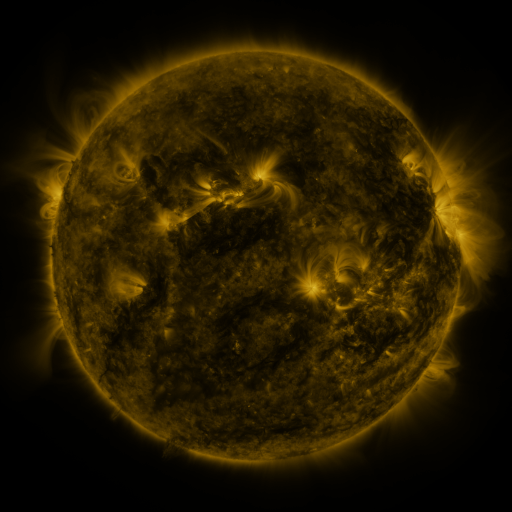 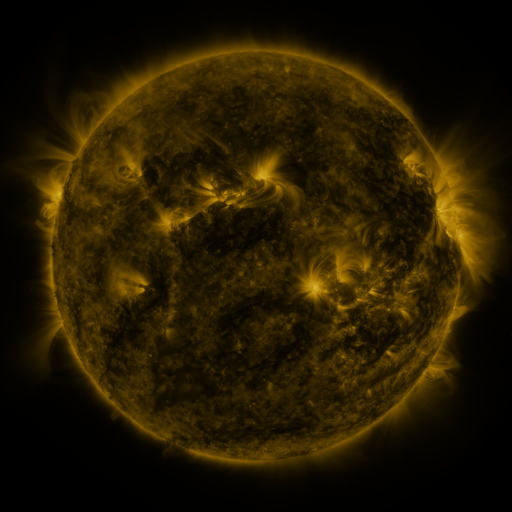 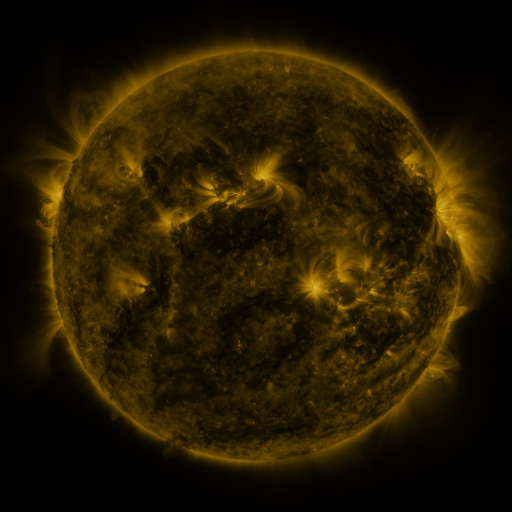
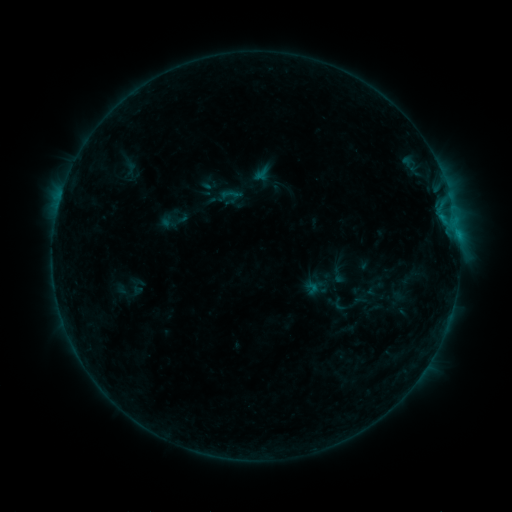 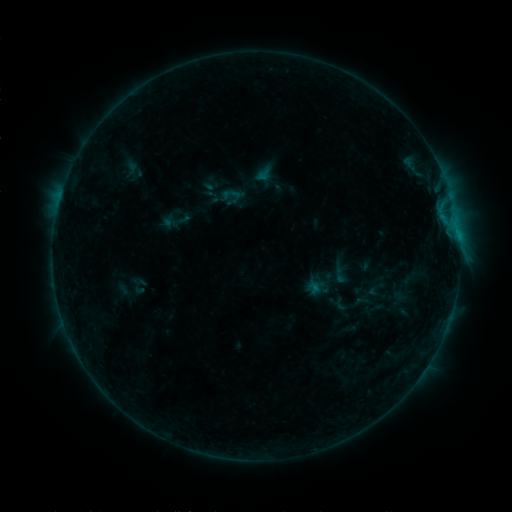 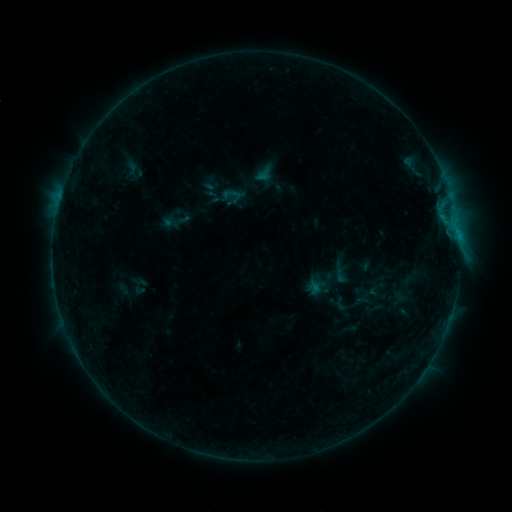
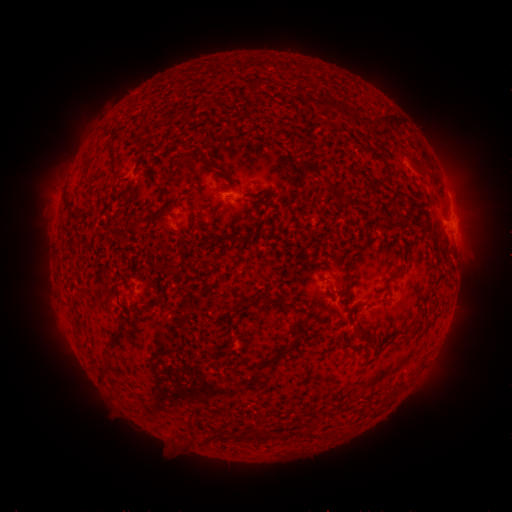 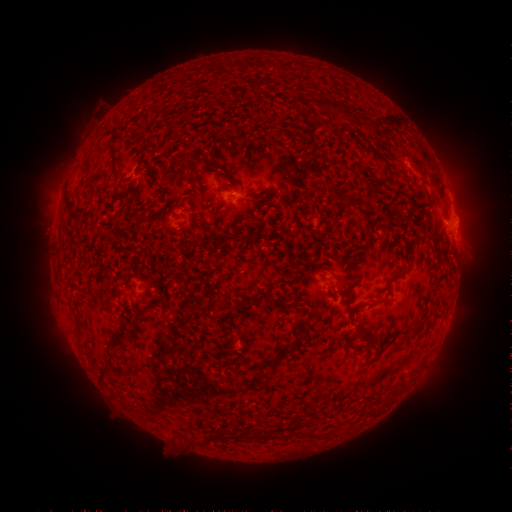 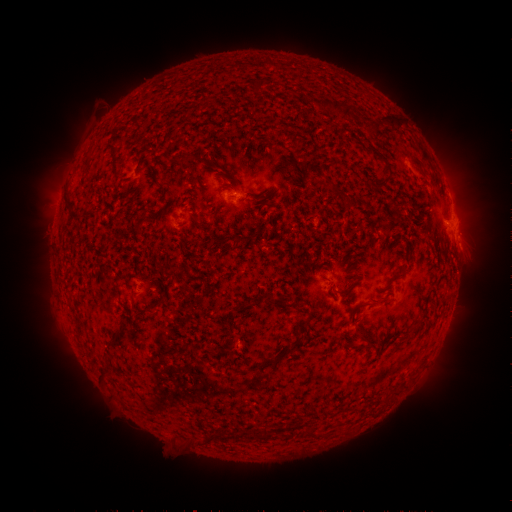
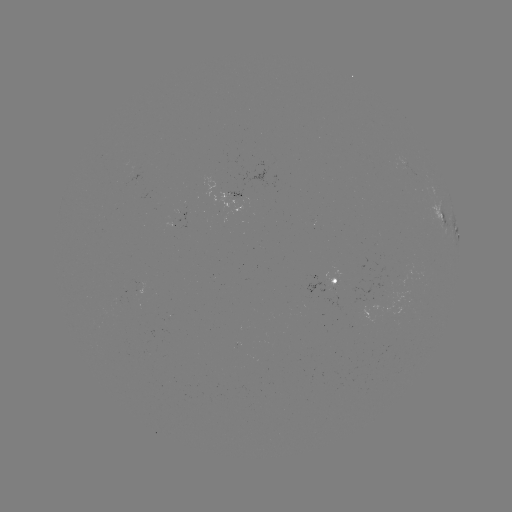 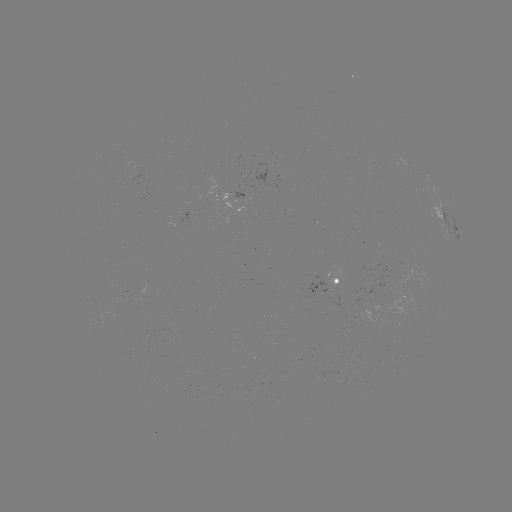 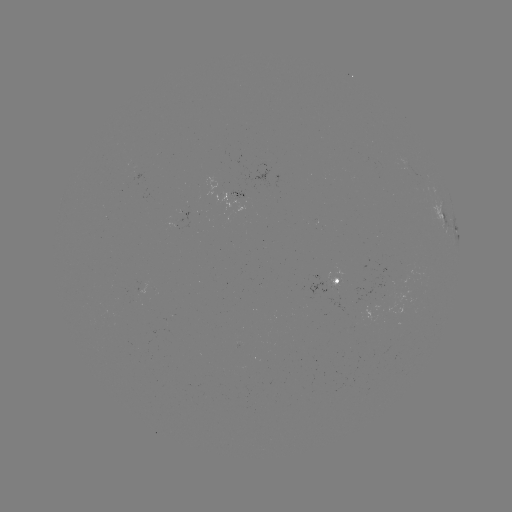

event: emerging-flux region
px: (244, 198)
